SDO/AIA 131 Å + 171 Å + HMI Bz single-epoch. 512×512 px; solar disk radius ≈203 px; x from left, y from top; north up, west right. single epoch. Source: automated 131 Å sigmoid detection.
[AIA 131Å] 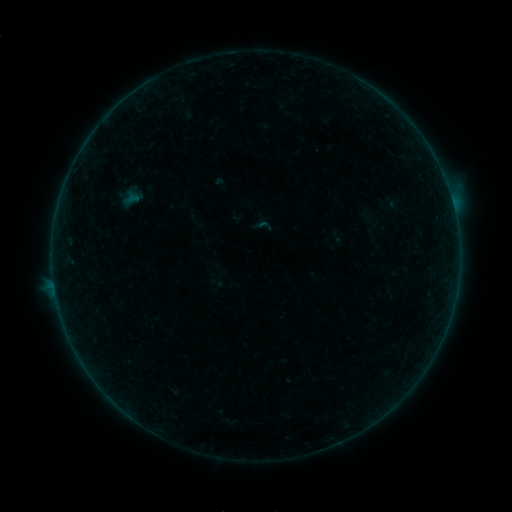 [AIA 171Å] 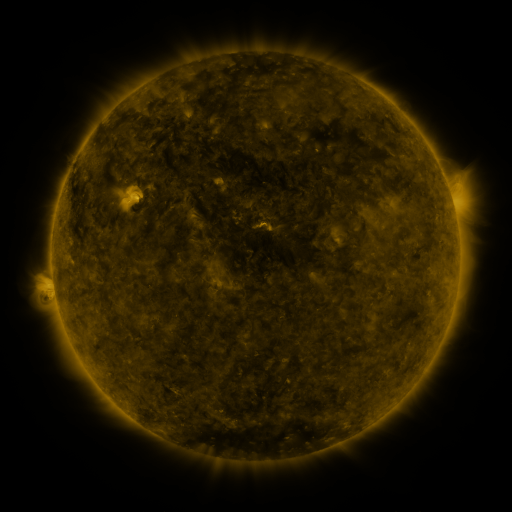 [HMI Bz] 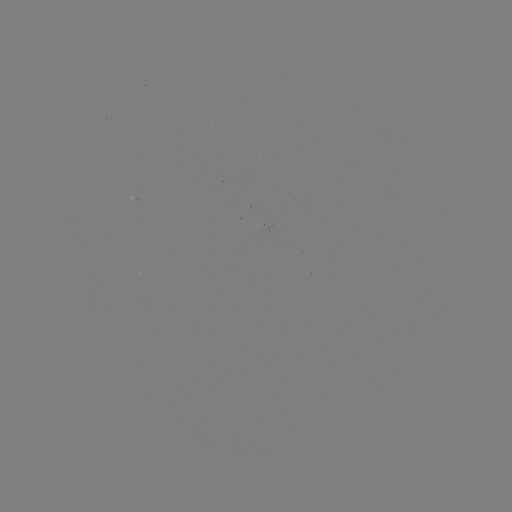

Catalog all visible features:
sigmoid: (263, 225)
